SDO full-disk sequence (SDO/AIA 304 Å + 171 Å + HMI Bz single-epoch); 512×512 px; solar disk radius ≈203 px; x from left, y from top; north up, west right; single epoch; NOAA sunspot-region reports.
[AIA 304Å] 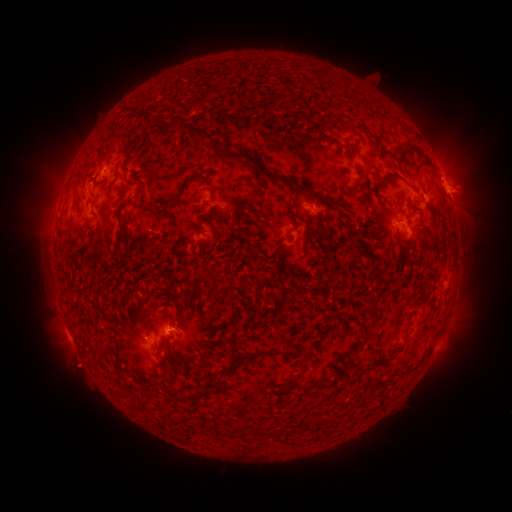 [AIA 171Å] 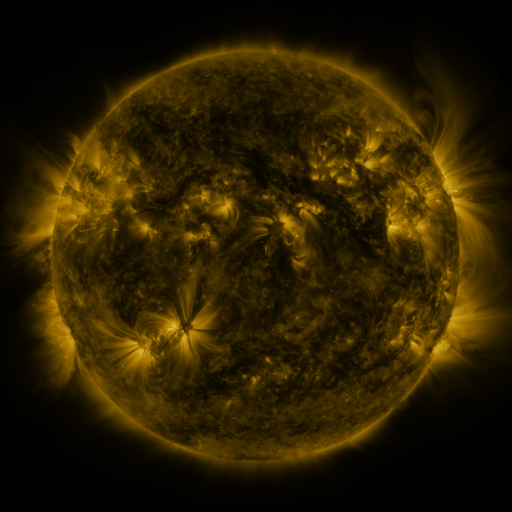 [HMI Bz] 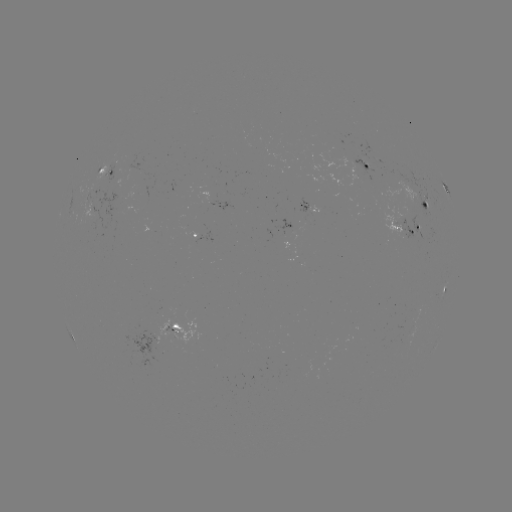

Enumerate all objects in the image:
spotted active region: (369, 167)
spotted active region: (109, 172)
spotted active region: (446, 187)
spotted active region: (428, 200)
spotted active region: (310, 212)
spotted active region: (408, 230)
spotted active region: (207, 237)
spotted active region: (445, 287)
spotted active region: (167, 327)
spotted active region: (143, 346)
